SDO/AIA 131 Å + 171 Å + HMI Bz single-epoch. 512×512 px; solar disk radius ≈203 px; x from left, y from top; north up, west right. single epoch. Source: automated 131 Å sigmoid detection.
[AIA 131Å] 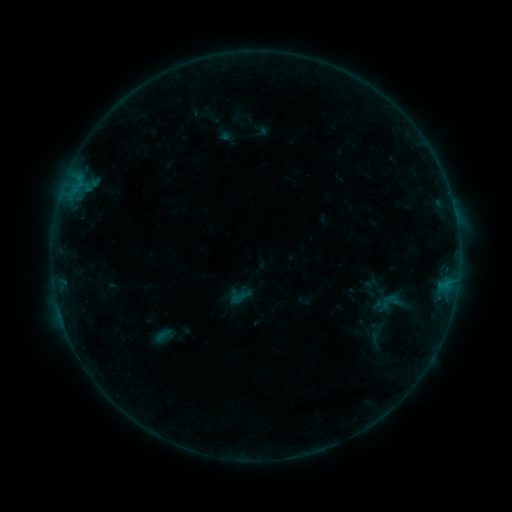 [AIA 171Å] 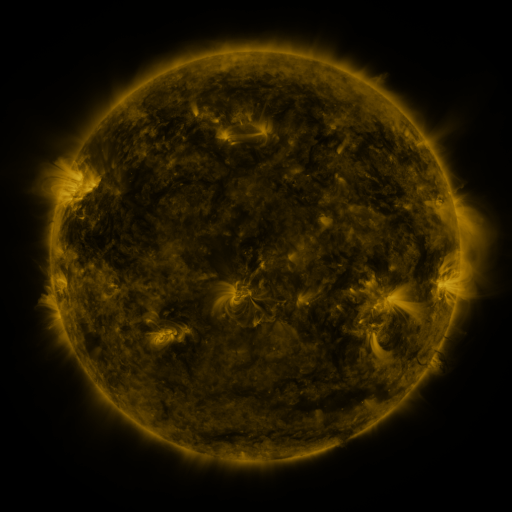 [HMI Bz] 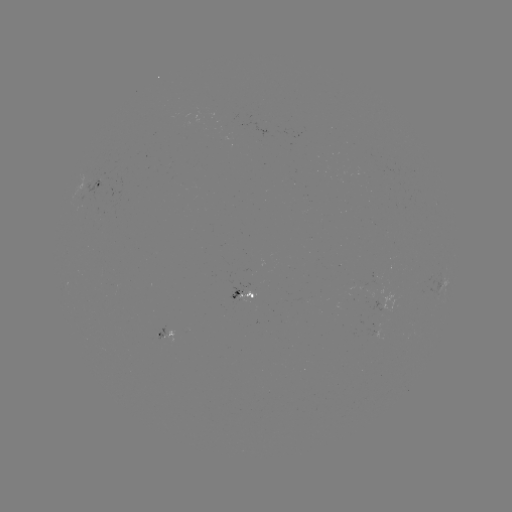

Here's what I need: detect sigmoid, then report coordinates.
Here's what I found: sigmoid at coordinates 164,334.